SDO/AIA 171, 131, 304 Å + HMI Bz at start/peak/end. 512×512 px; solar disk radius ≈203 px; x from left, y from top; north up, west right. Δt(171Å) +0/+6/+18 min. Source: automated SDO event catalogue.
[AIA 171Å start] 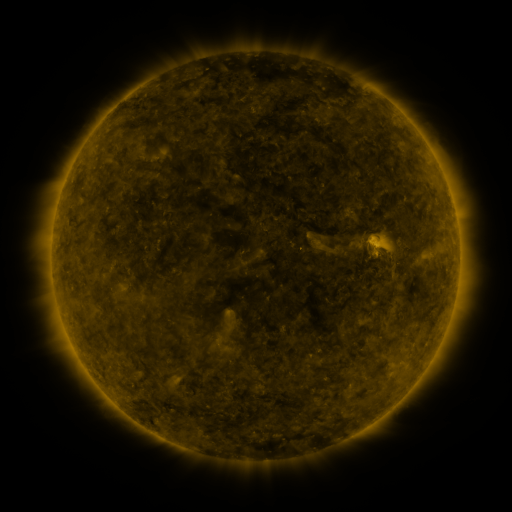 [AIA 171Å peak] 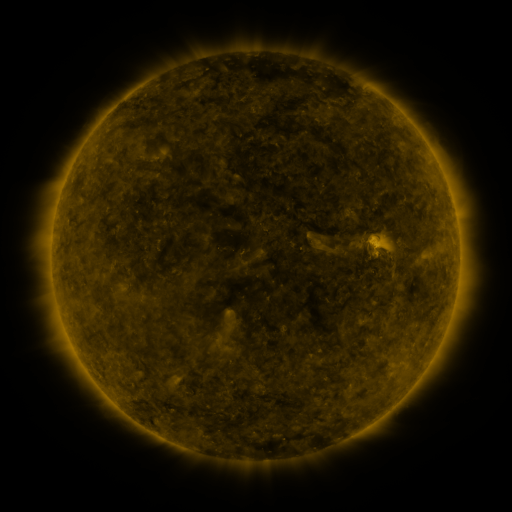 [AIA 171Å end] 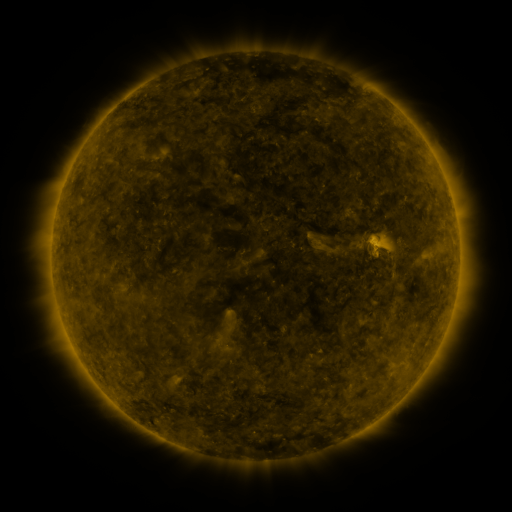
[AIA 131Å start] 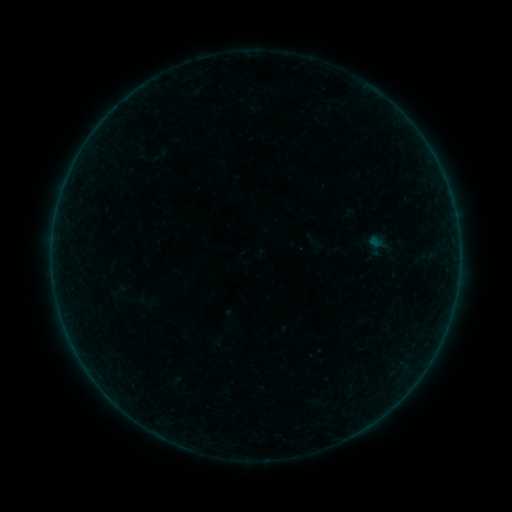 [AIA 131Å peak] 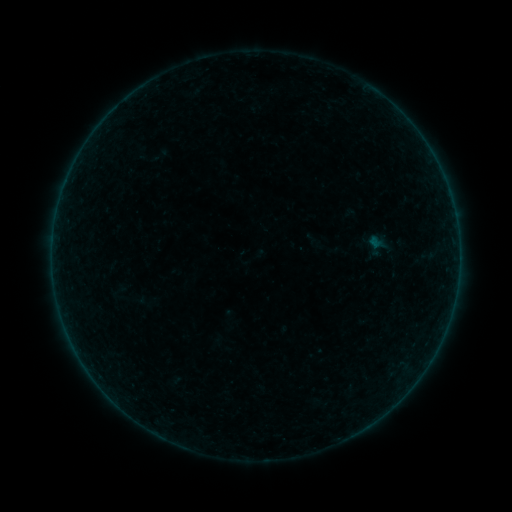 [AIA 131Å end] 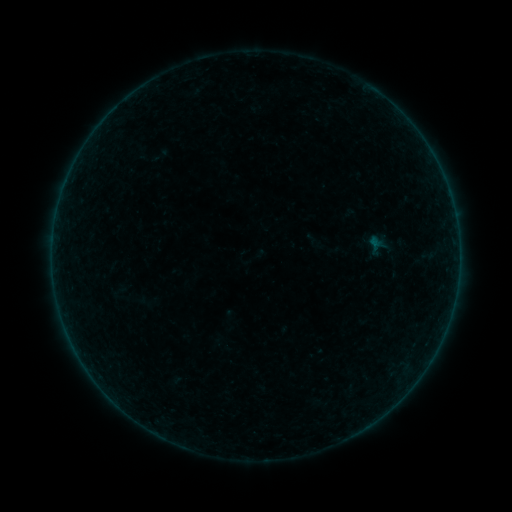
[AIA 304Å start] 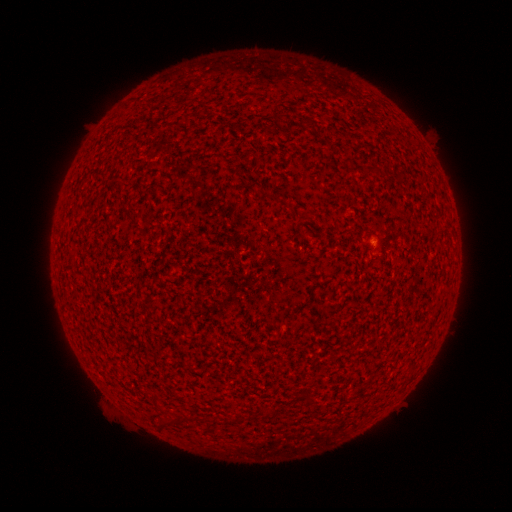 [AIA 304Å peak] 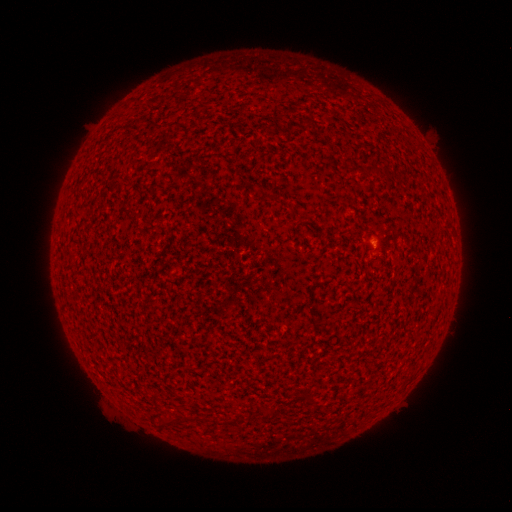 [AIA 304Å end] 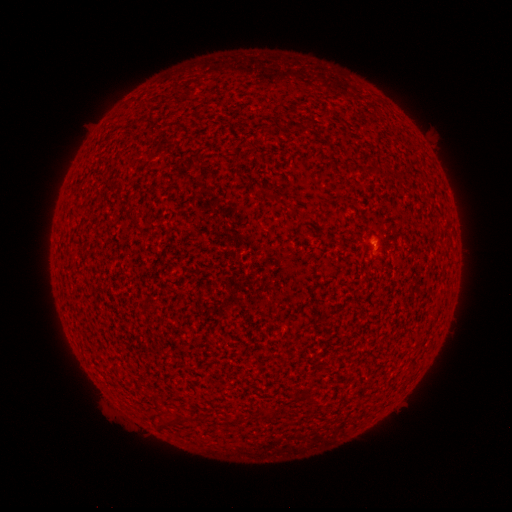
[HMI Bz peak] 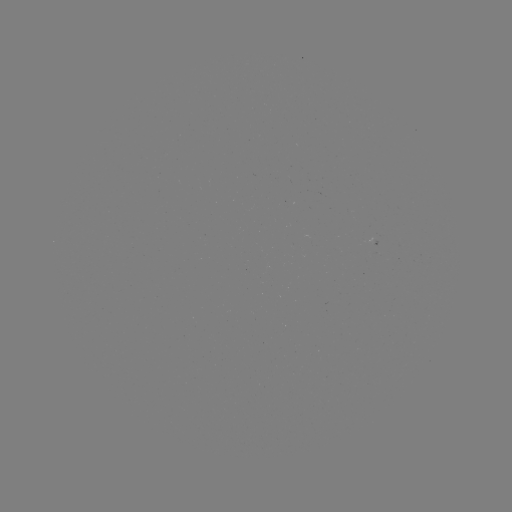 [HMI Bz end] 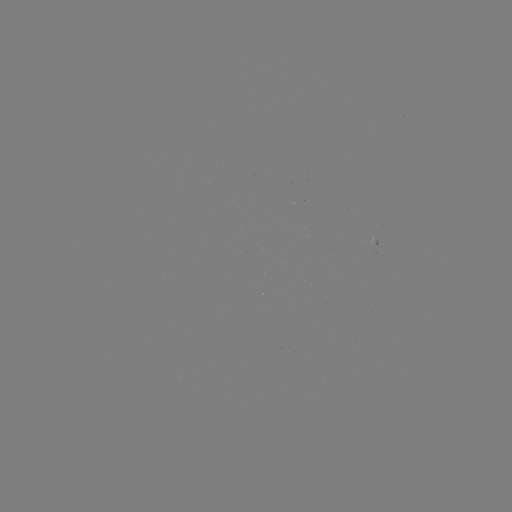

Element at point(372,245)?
A5.4 flare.